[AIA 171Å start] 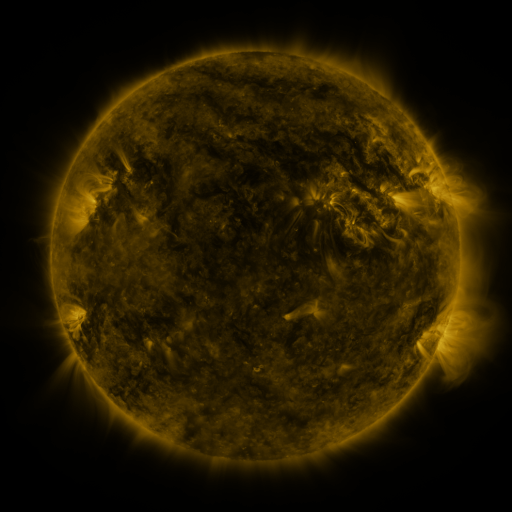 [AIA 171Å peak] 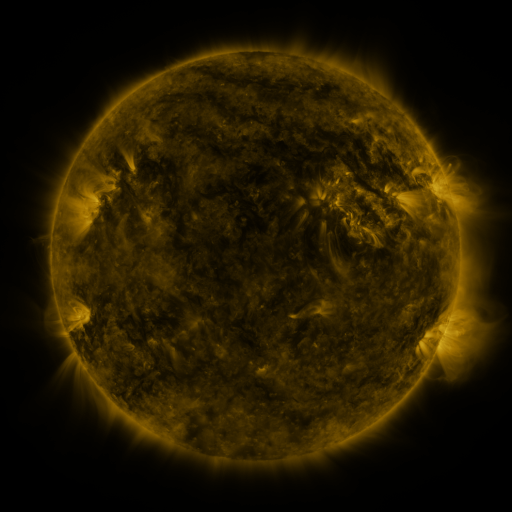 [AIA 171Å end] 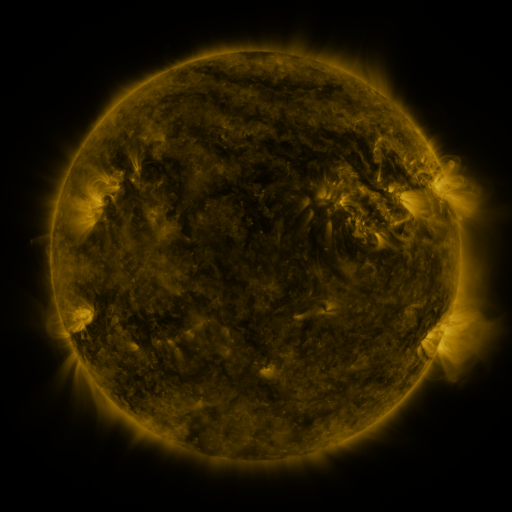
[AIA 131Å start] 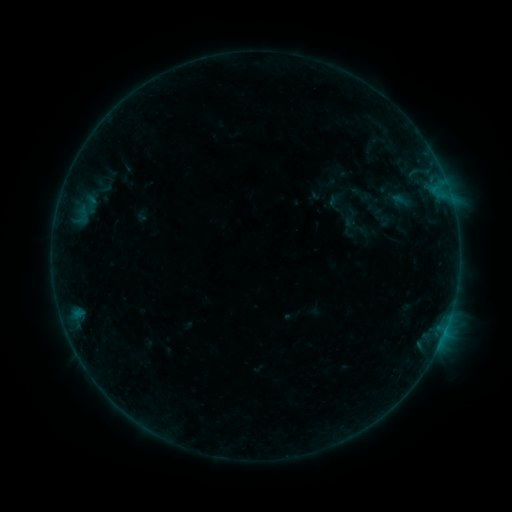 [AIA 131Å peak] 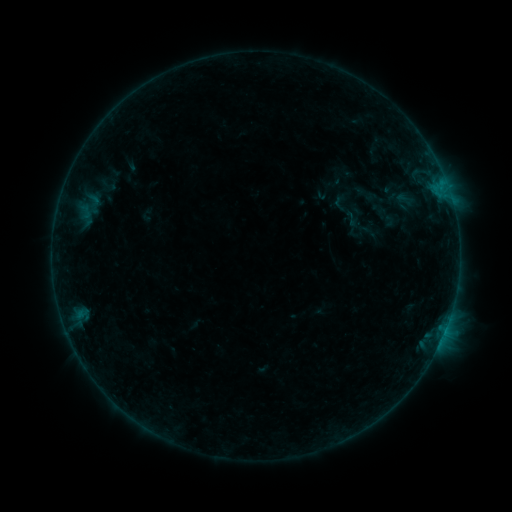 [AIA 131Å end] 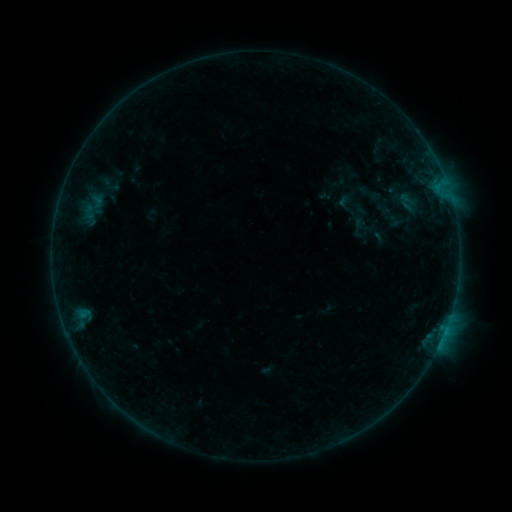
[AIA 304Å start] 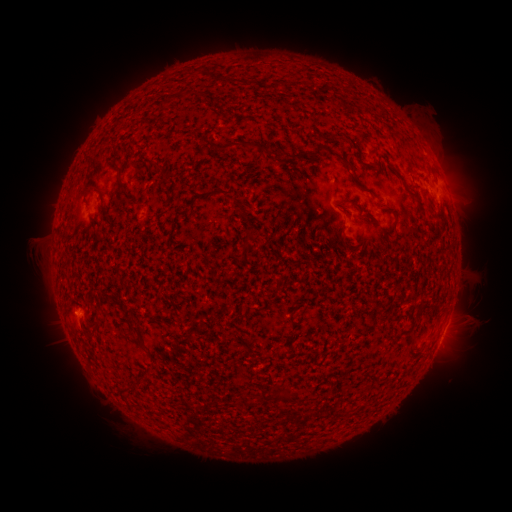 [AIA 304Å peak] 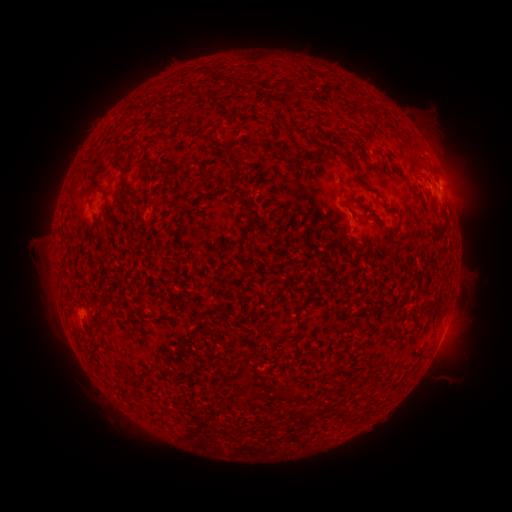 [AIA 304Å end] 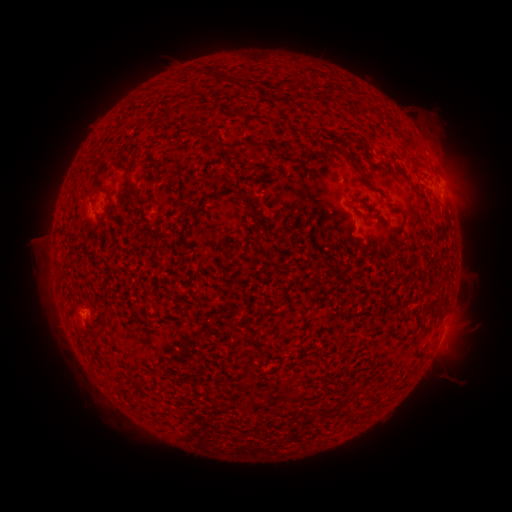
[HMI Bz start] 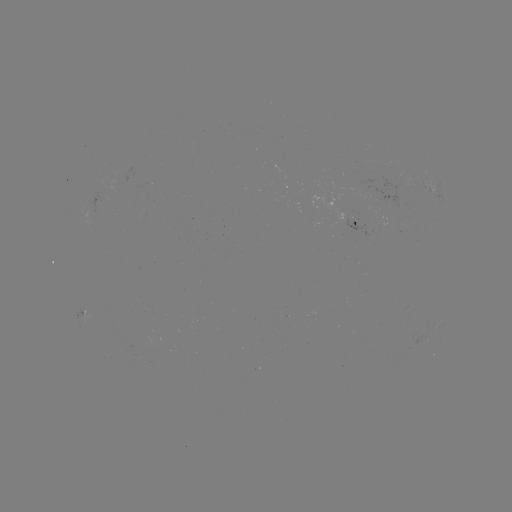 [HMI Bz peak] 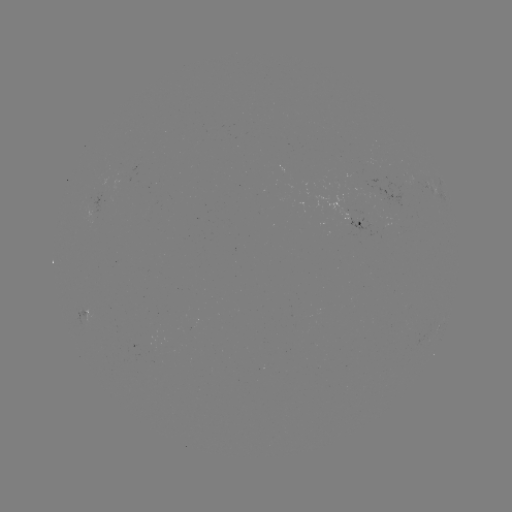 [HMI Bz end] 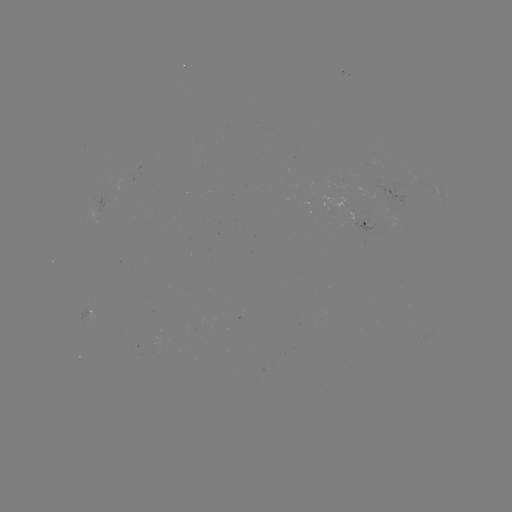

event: filament eruption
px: (123, 72)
